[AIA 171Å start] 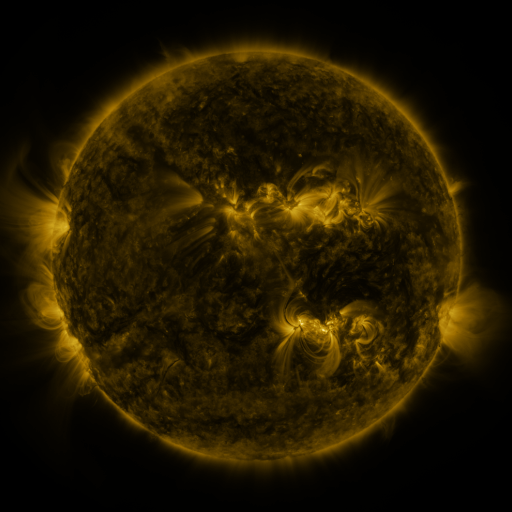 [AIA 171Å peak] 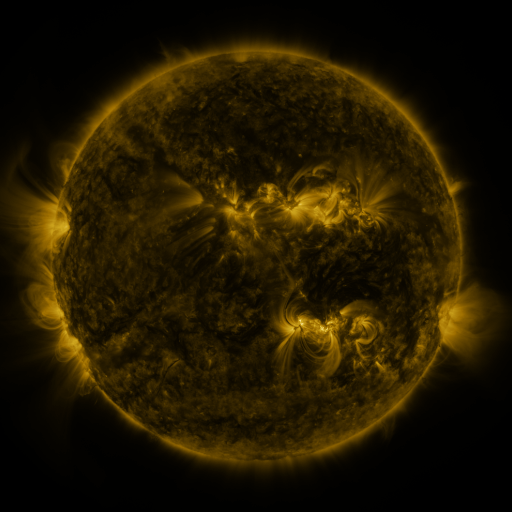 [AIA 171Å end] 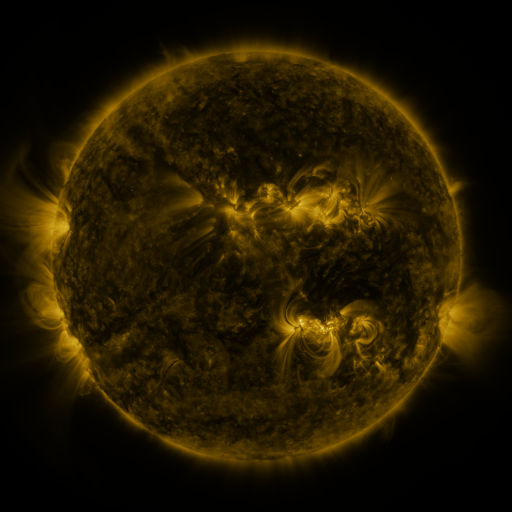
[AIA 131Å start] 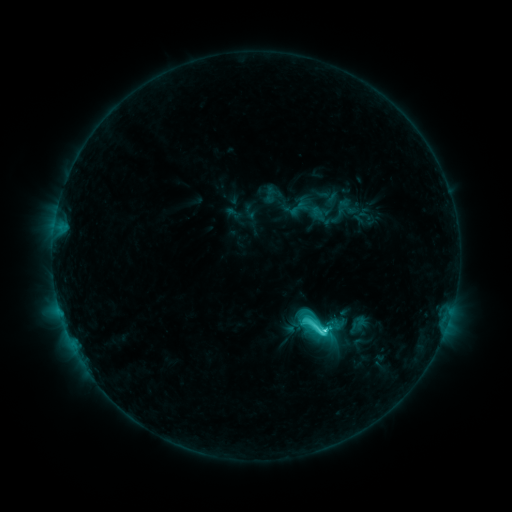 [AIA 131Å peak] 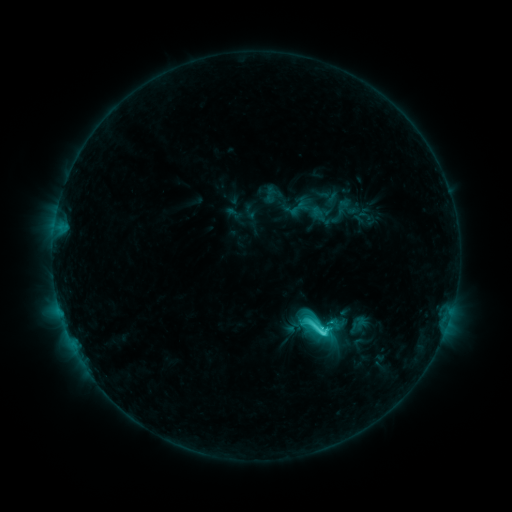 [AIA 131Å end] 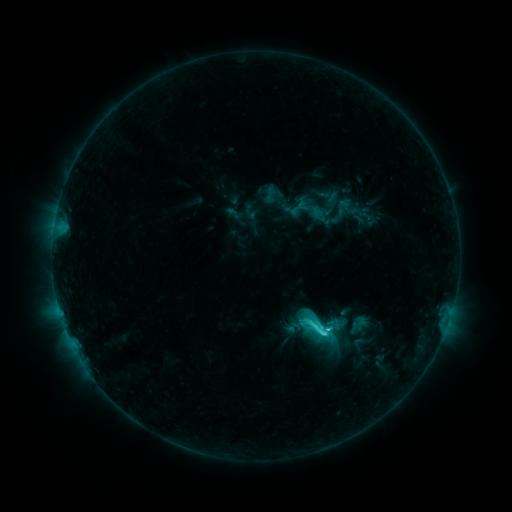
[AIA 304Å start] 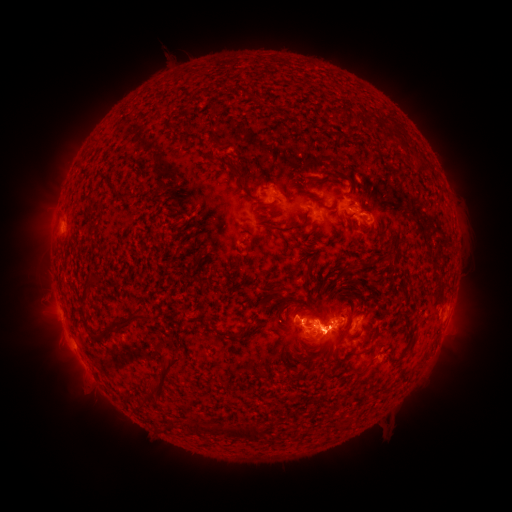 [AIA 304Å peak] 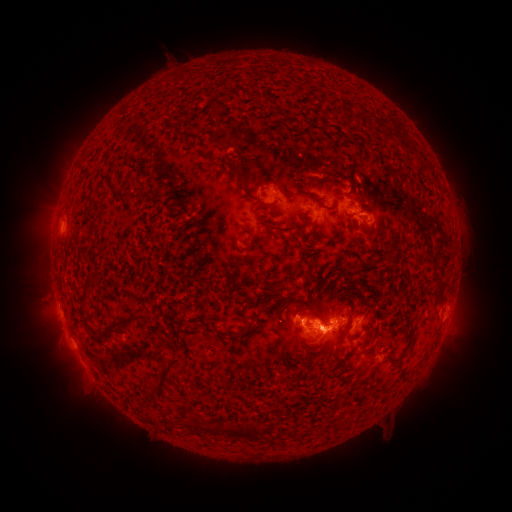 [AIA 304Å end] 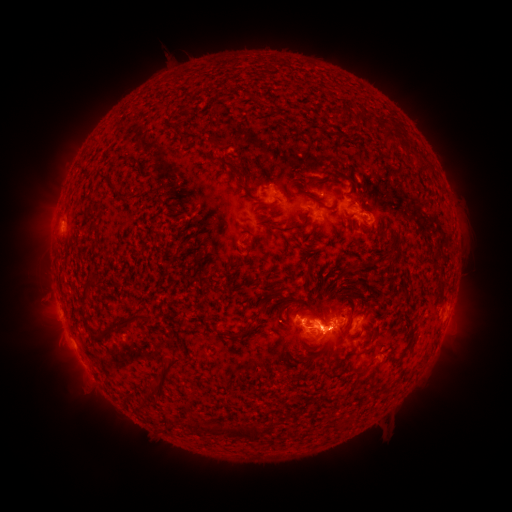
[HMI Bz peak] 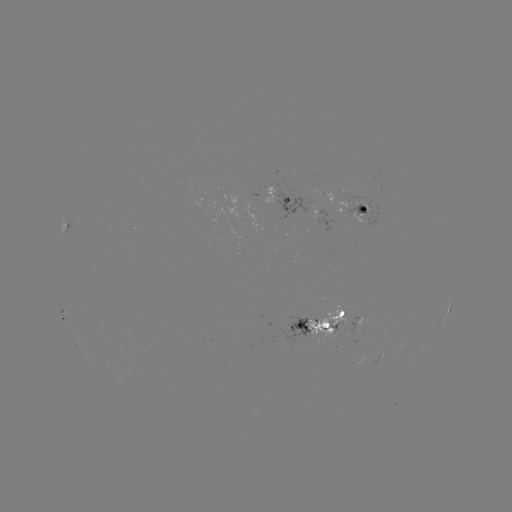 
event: eruption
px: (326, 351)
